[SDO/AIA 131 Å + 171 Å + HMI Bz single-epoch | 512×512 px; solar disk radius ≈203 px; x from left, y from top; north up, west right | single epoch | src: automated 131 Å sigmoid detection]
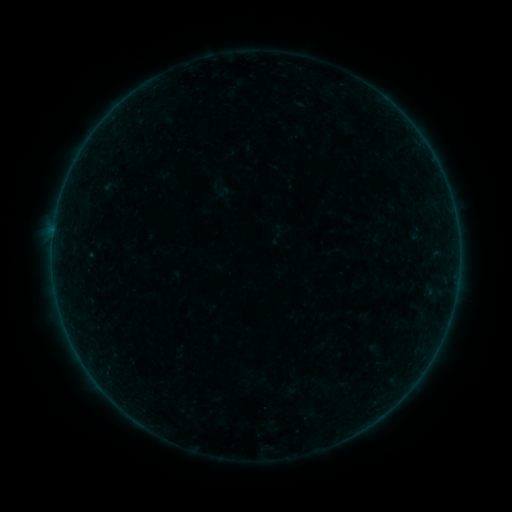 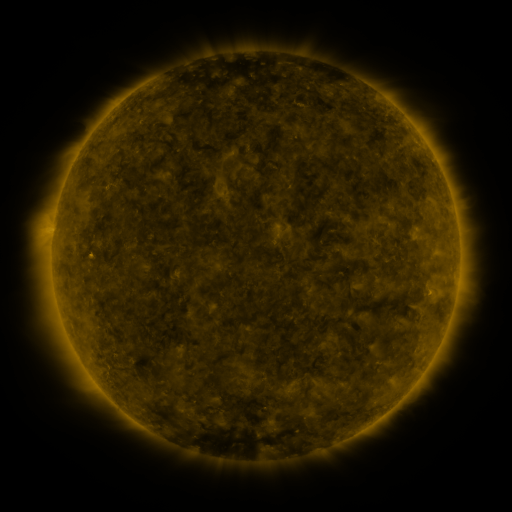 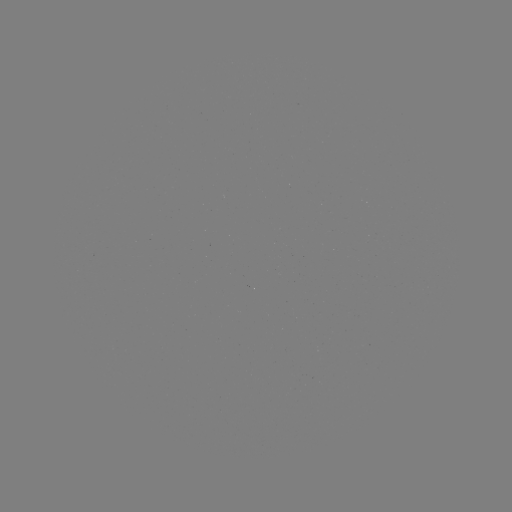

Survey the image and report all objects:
sigmoid: (223, 192)
